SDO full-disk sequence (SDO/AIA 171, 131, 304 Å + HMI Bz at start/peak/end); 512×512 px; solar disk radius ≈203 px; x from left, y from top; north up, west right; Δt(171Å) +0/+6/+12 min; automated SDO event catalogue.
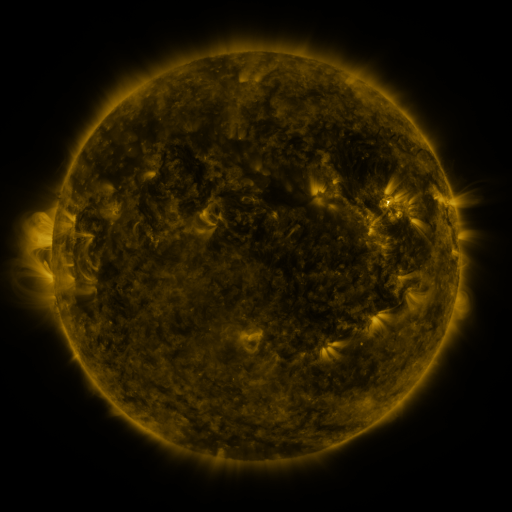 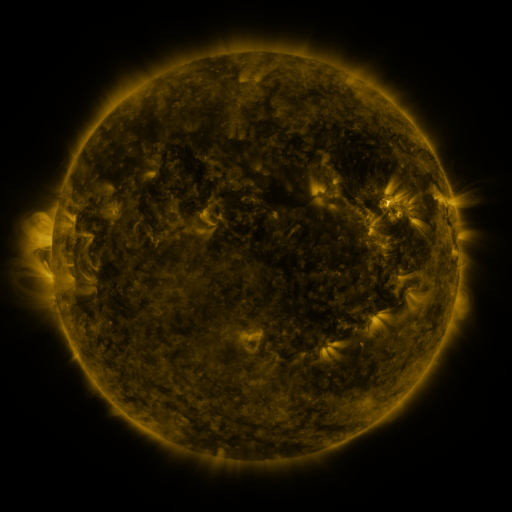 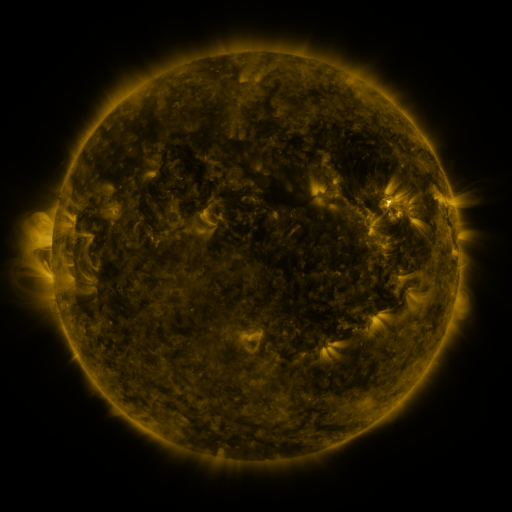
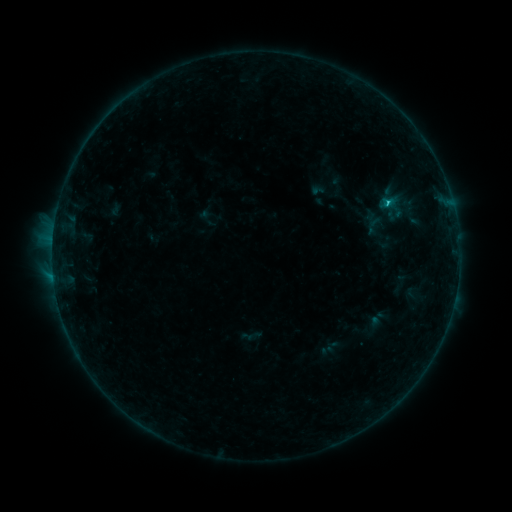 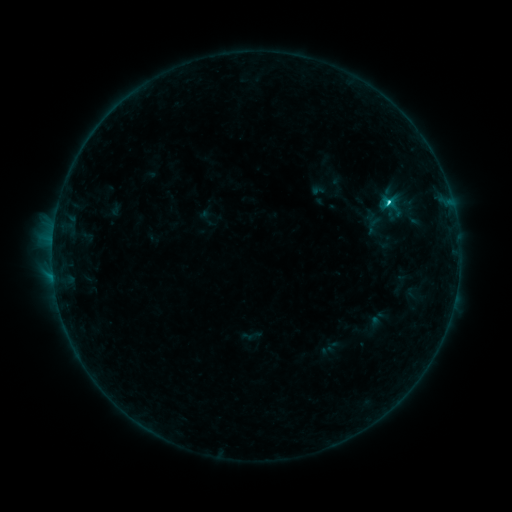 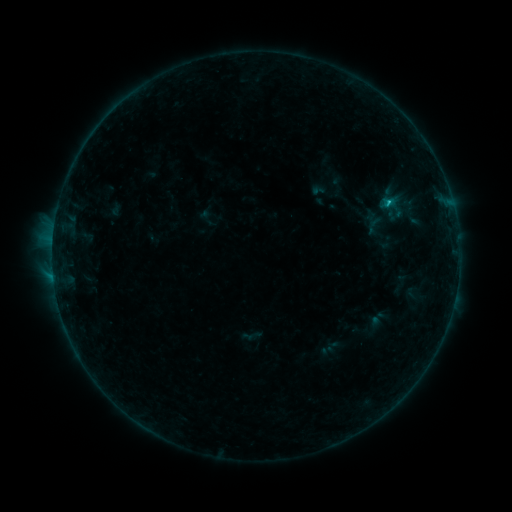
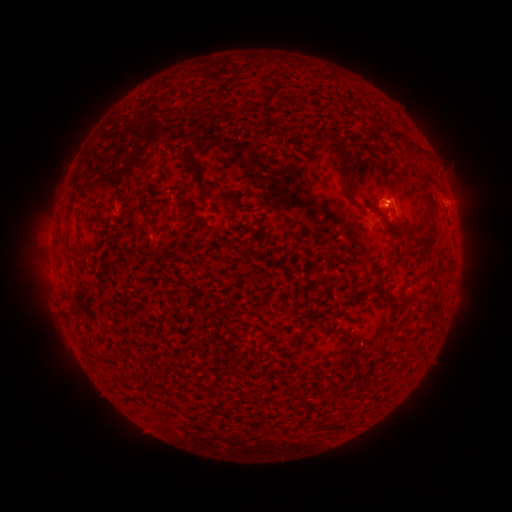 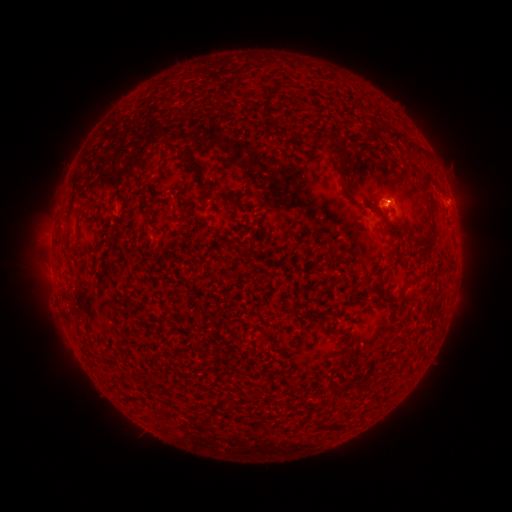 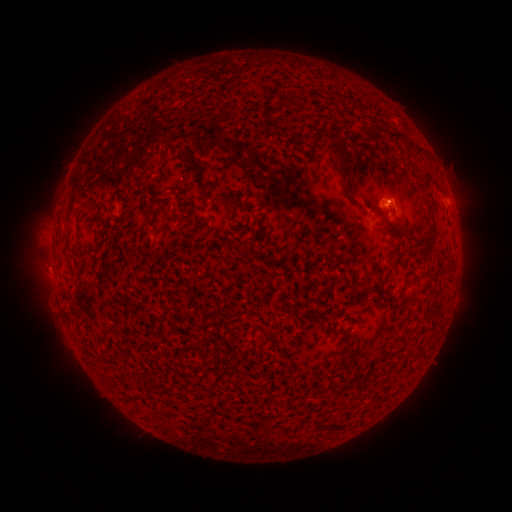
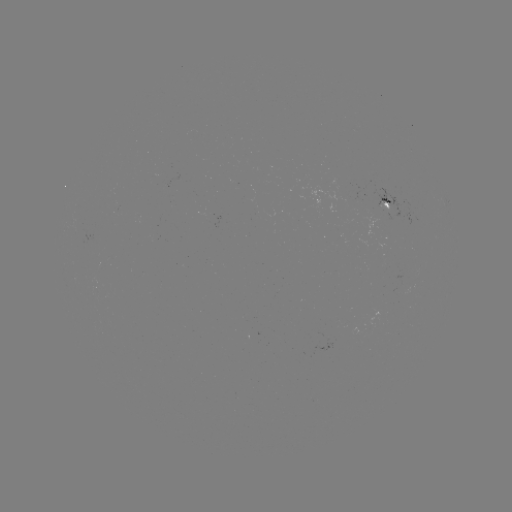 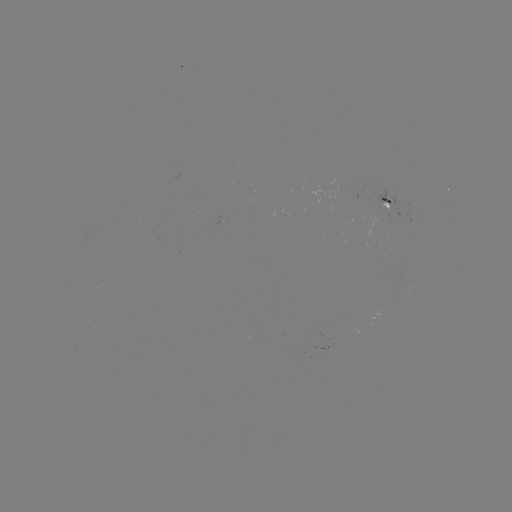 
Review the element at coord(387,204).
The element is C1.5 flare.